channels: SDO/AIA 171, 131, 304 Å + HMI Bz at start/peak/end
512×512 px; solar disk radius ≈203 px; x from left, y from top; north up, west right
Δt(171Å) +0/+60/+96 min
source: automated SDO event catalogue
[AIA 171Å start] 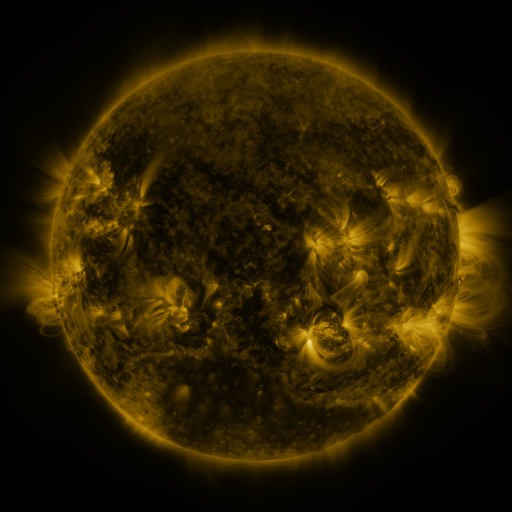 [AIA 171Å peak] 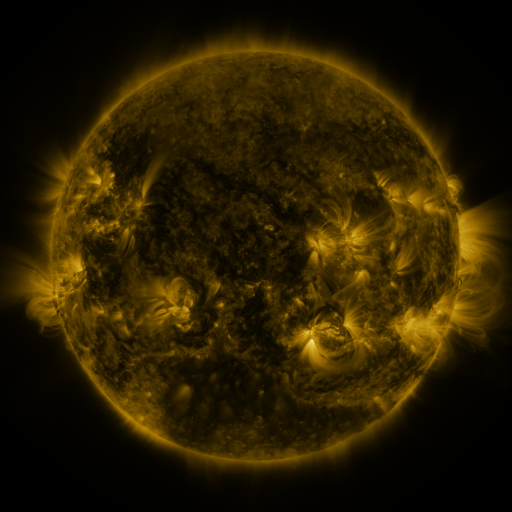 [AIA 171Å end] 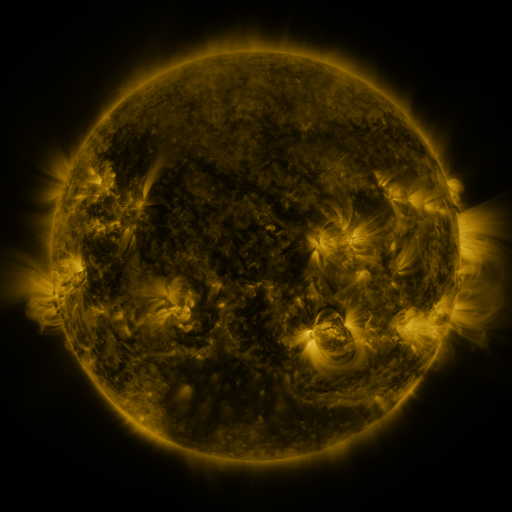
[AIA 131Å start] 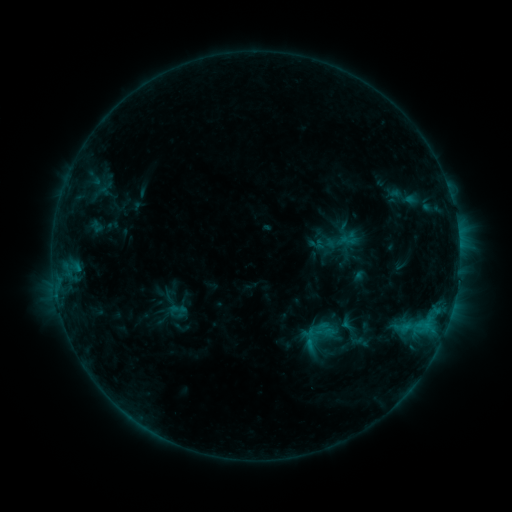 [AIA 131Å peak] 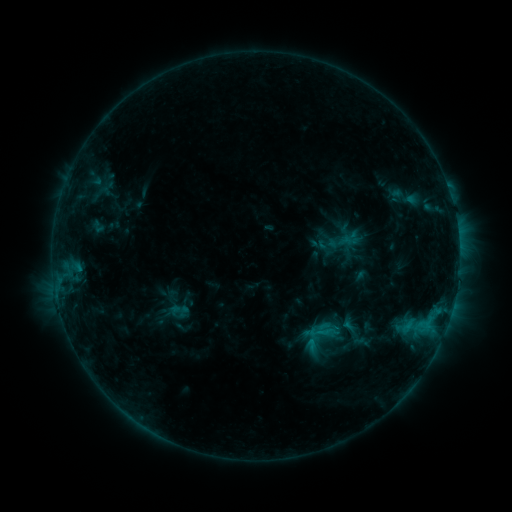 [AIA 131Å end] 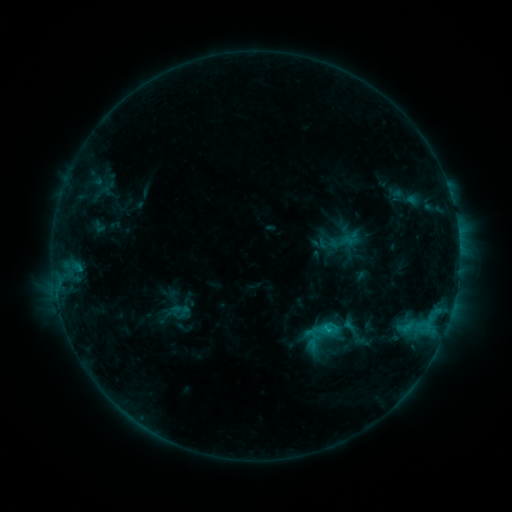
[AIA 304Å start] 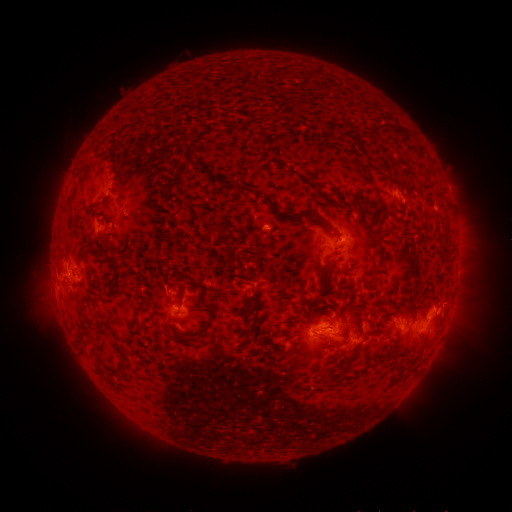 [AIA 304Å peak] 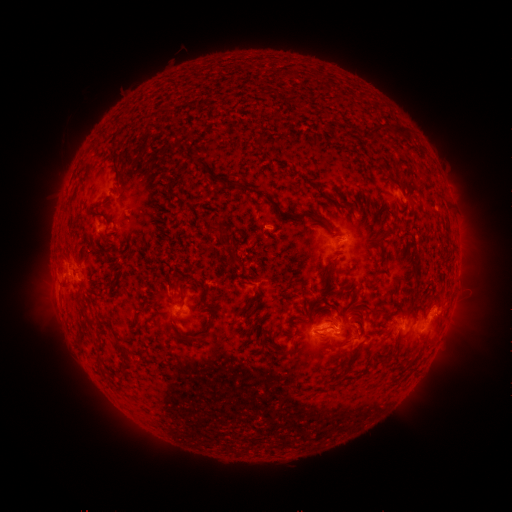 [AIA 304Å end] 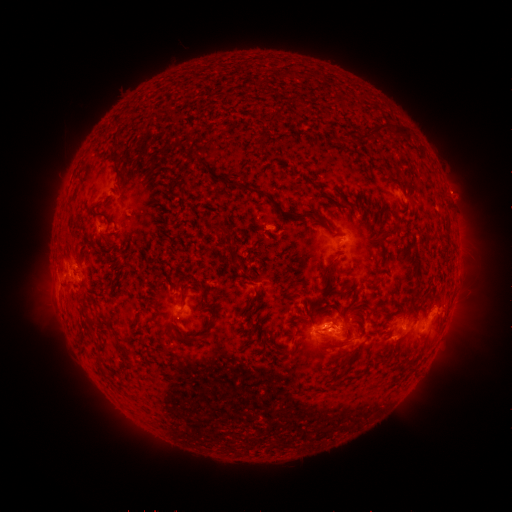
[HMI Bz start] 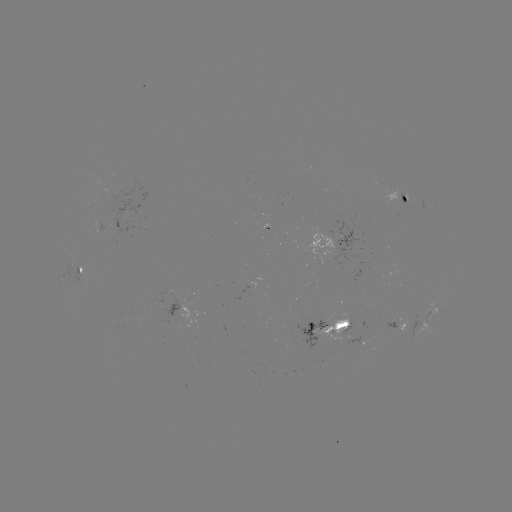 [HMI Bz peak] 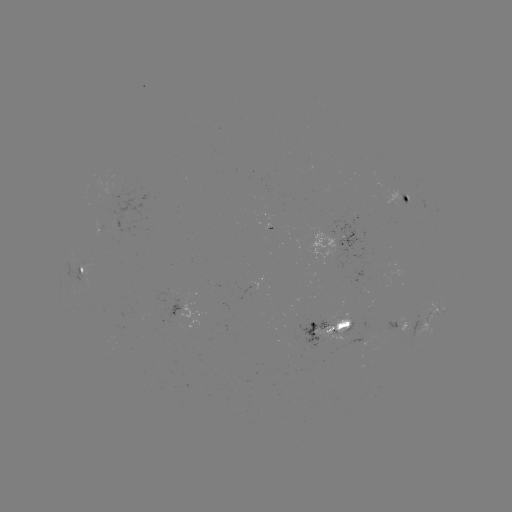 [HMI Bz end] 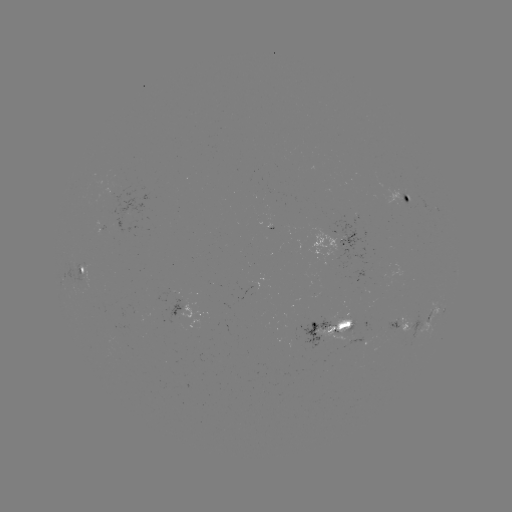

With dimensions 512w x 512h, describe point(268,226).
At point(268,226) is emerging-flux region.